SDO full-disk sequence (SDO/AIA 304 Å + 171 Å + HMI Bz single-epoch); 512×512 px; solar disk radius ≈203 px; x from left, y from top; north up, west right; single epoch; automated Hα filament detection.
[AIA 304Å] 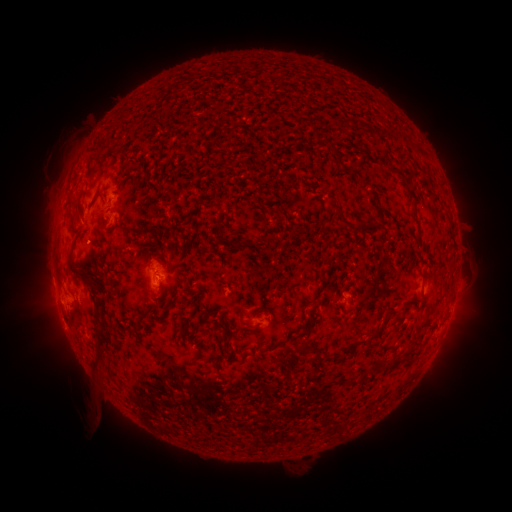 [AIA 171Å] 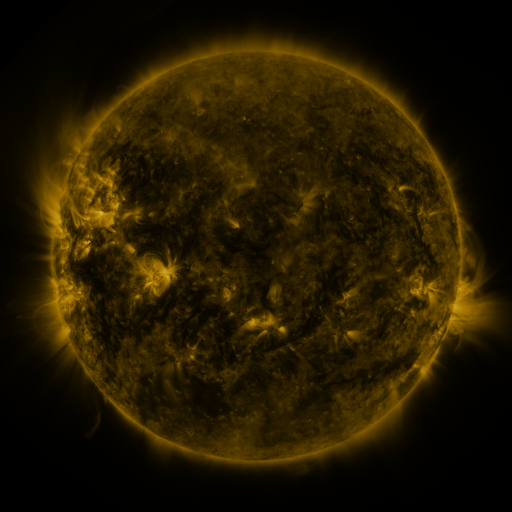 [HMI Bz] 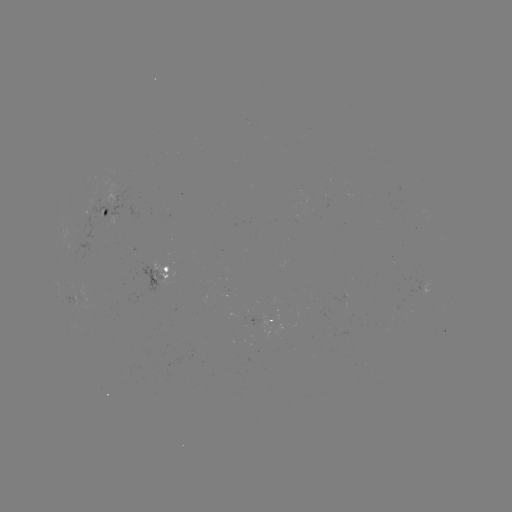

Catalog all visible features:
filament: (388, 167, 412, 187)
filament: (302, 182, 317, 189)
filament: (408, 190, 417, 201)
filament: (349, 220, 365, 235)
filament: (233, 240, 252, 250)
filament: (66, 244, 94, 286)
filament: (93, 297, 105, 311)
filament: (91, 334, 107, 368)
filament: (296, 339, 309, 354)
filament: (377, 363, 386, 371)
